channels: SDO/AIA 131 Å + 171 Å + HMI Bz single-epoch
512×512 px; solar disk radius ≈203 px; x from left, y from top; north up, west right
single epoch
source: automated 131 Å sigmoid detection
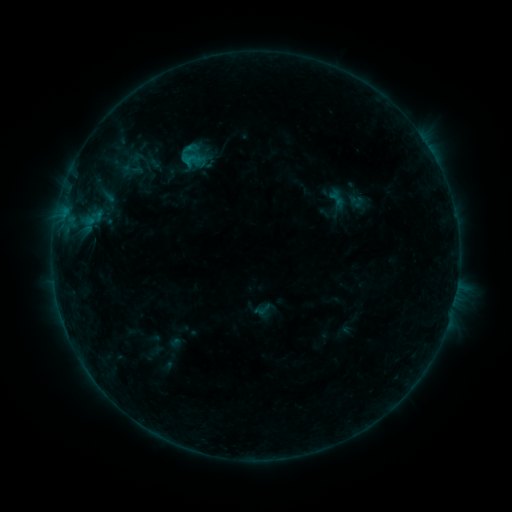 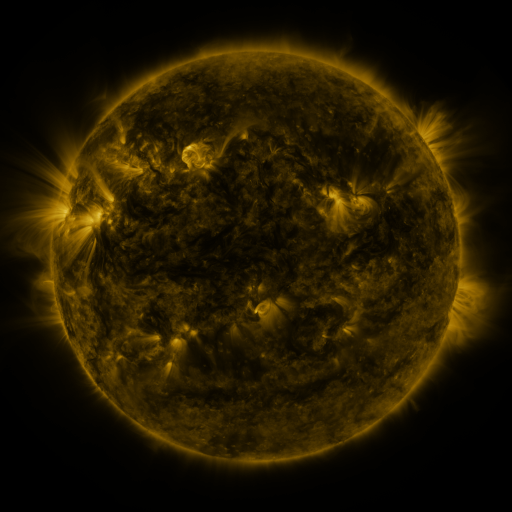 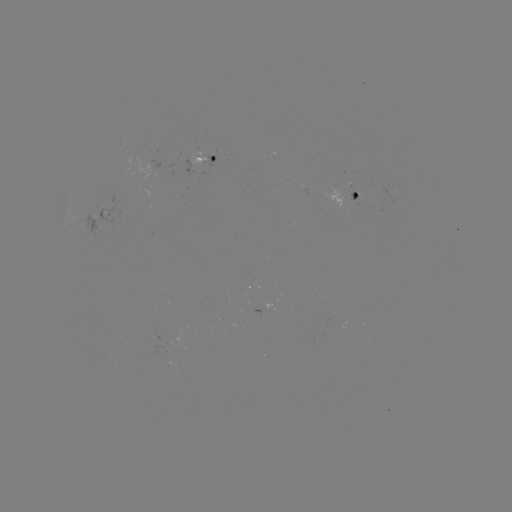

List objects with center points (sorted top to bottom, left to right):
sigmoid: [131, 147, 164, 179]
sigmoid: [181, 149, 202, 171]
